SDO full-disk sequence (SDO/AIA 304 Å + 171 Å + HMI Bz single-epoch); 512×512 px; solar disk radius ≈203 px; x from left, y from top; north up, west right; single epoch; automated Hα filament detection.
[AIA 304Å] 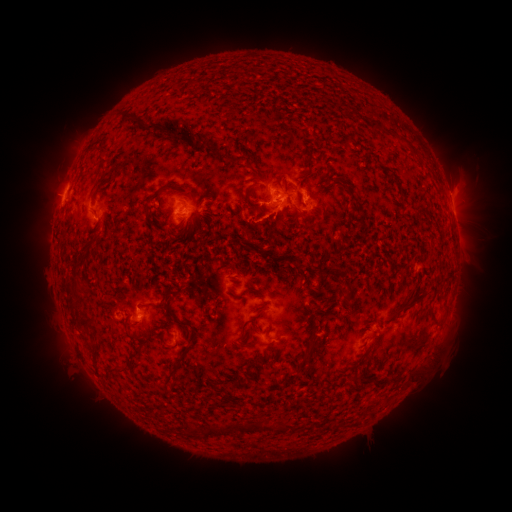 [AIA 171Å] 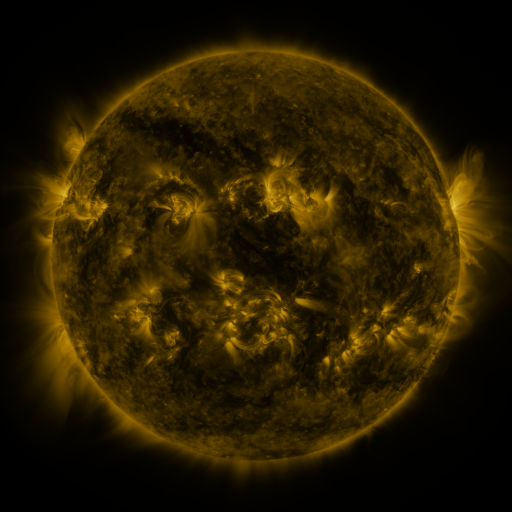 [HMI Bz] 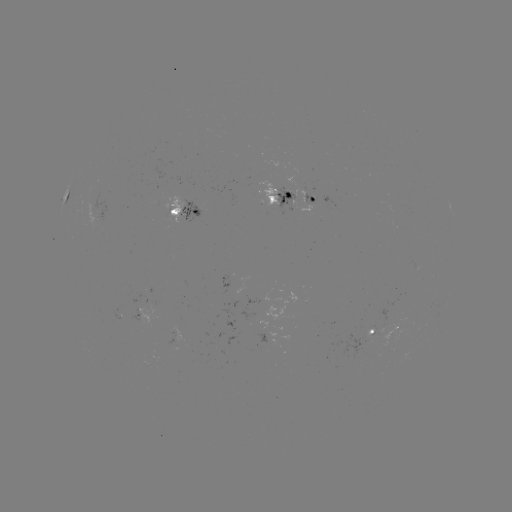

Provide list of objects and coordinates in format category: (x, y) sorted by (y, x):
filament: (128, 115)
filament: (136, 121)
filament: (213, 149)
filament: (310, 168)
filament: (249, 200)
filament: (90, 241)
filament: (412, 304)
filament: (157, 305)
filament: (85, 319)
filament: (165, 347)
filament: (303, 356)
filament: (170, 374)
